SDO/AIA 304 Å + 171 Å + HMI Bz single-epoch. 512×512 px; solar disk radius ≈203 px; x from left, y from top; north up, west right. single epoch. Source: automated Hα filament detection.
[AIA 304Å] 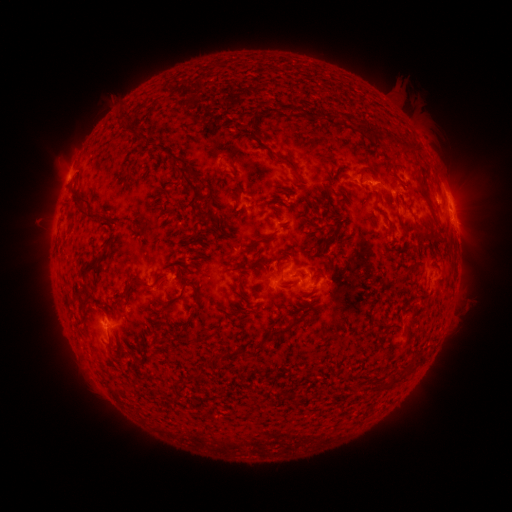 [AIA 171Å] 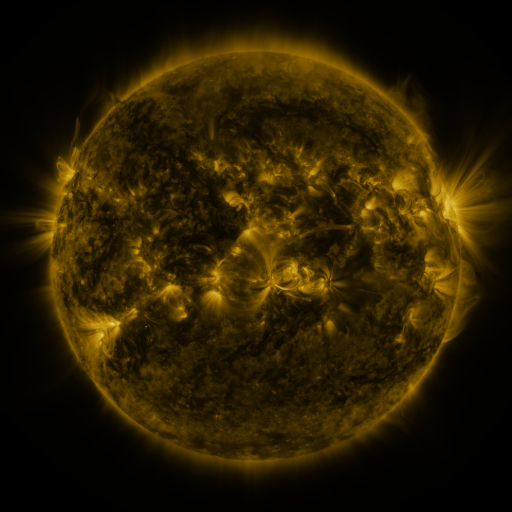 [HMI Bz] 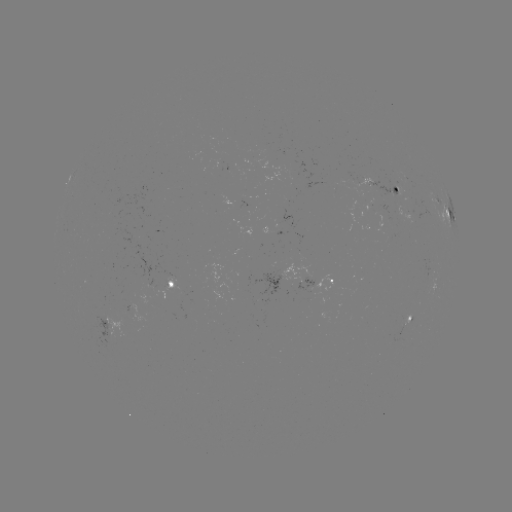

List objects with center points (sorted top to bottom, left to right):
filament: <bbox>166, 96, 176, 110</bbox>
filament: <bbox>116, 114, 131, 135</bbox>
filament: <bbox>353, 118, 386, 138</bbox>
filament: <bbox>128, 122, 143, 143</bbox>
filament: <bbox>398, 138, 424, 154</bbox>
filament: <bbox>273, 153, 307, 185</bbox>
filament: <bbox>219, 154, 234, 167</bbox>
filament: <bbox>173, 165, 203, 194</bbox>
filament: <bbox>357, 165, 375, 177</bbox>
filament: <bbox>67, 186, 101, 224</bbox>
filament: <bbox>231, 192, 240, 204</bbox>
filament: <bbox>195, 195, 212, 226</bbox>
filament: <bbox>64, 201, 73, 215</bbox>
filament: <bbox>259, 233, 273, 243</bbox>
filament: <bbox>319, 238, 328, 246</bbox>
filament: <bbox>74, 248, 109, 302</bbox>
filament: <bbox>238, 273, 246, 291</bbox>
filament: <bbox>132, 274, 167, 290</bbox>
filament: <bbox>180, 285, 187, 295</bbox>
filament: <bbox>267, 313, 301, 341</bbox>
filament: <bbox>237, 345, 245, 355</bbox>
filament: <bbox>404, 356, 420, 375</bbox>
filament: <bbox>388, 372, 400, 385</bbox>
